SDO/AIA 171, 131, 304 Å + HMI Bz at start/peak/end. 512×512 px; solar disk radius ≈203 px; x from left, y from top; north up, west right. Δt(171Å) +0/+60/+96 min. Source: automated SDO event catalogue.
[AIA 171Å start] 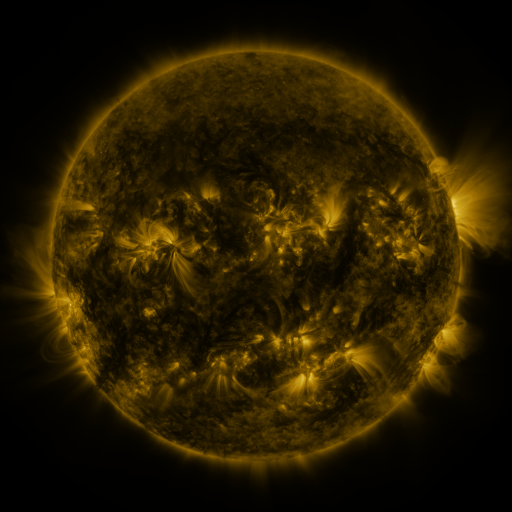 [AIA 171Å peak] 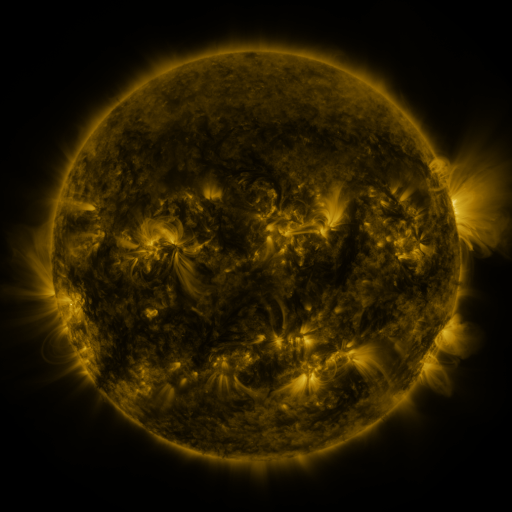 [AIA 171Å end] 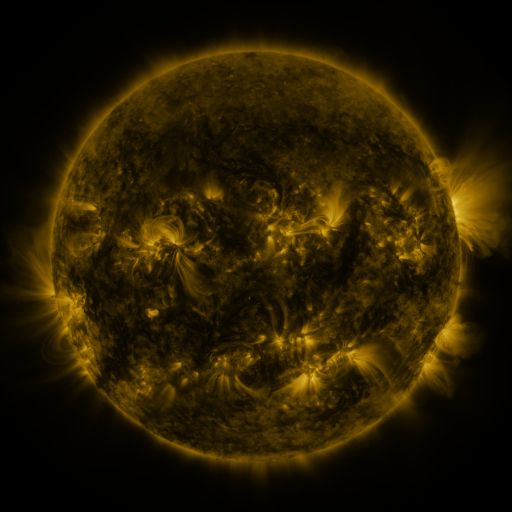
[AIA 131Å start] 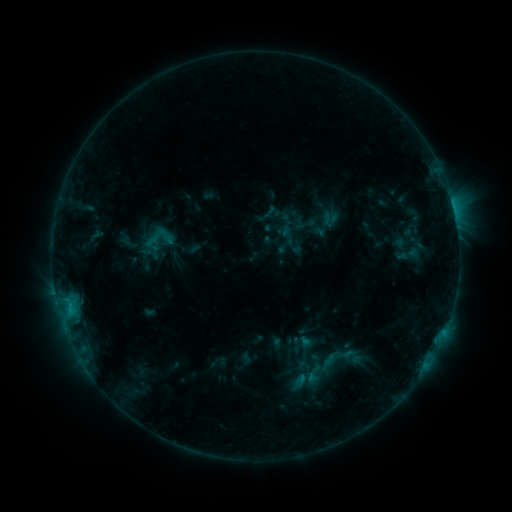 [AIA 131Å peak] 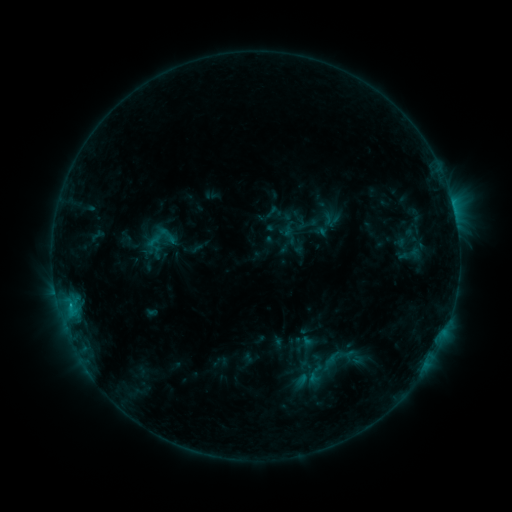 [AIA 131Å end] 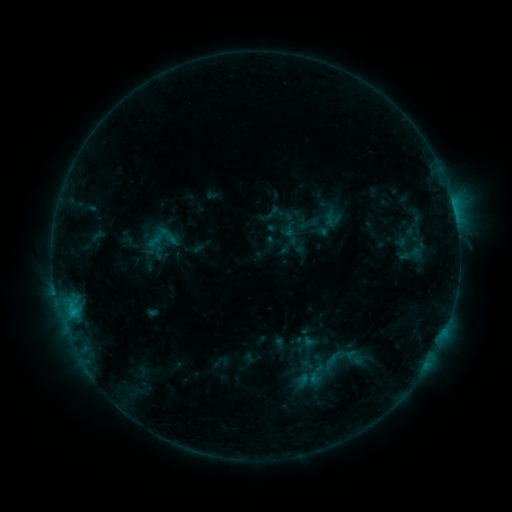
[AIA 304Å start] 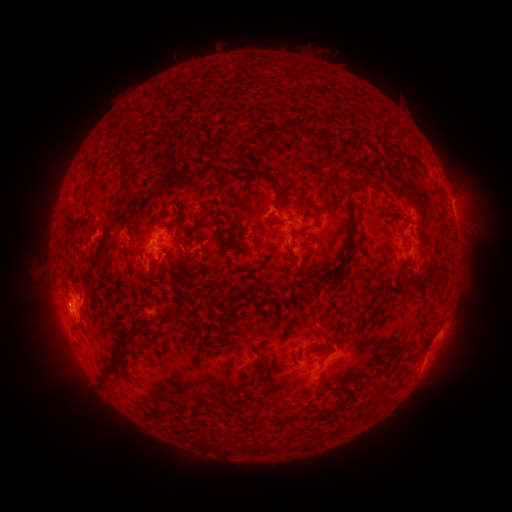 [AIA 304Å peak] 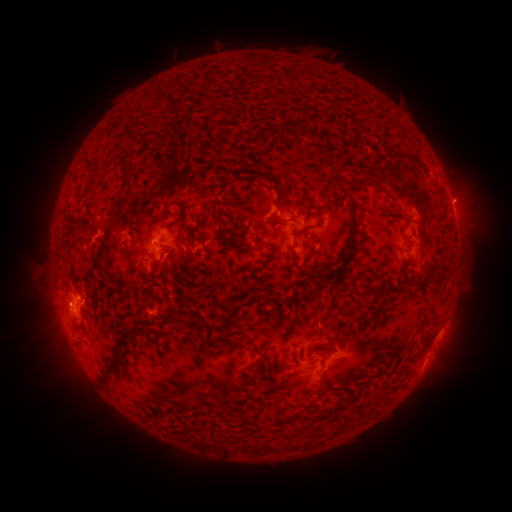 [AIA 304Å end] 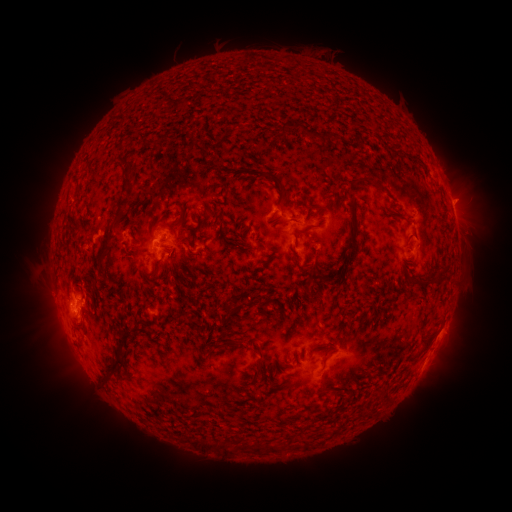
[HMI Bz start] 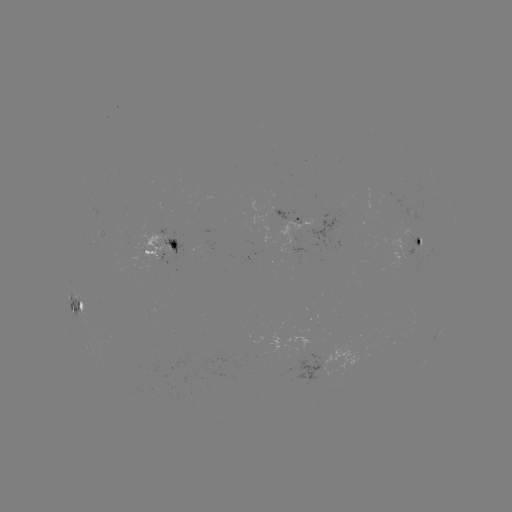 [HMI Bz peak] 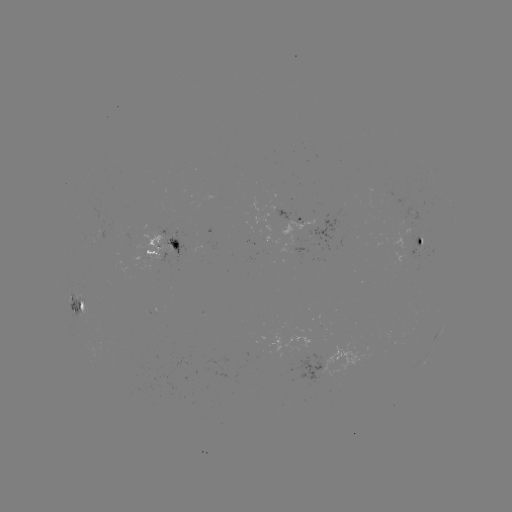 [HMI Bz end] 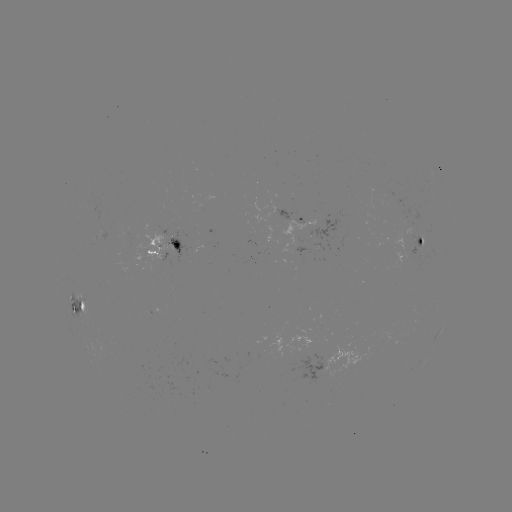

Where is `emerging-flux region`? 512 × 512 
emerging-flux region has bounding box [114, 226, 131, 248].